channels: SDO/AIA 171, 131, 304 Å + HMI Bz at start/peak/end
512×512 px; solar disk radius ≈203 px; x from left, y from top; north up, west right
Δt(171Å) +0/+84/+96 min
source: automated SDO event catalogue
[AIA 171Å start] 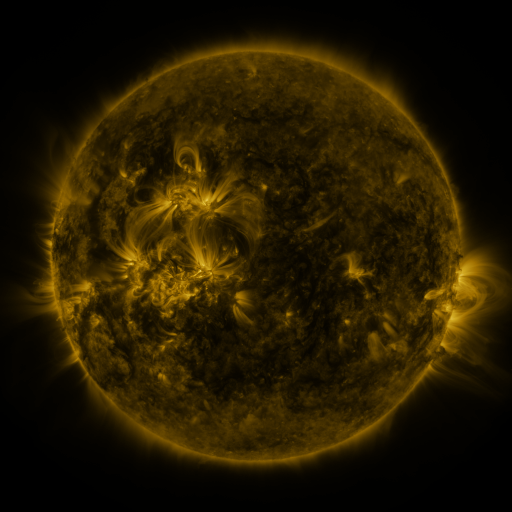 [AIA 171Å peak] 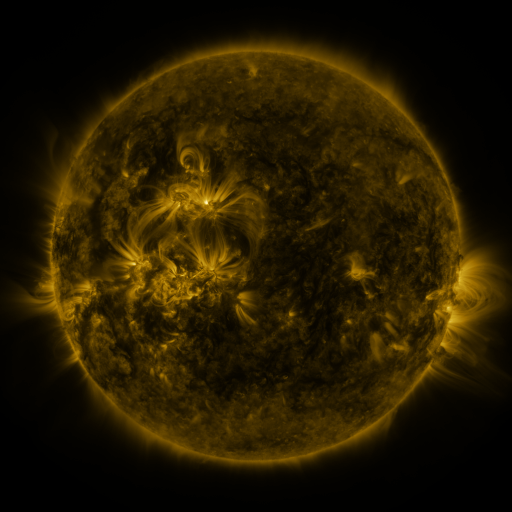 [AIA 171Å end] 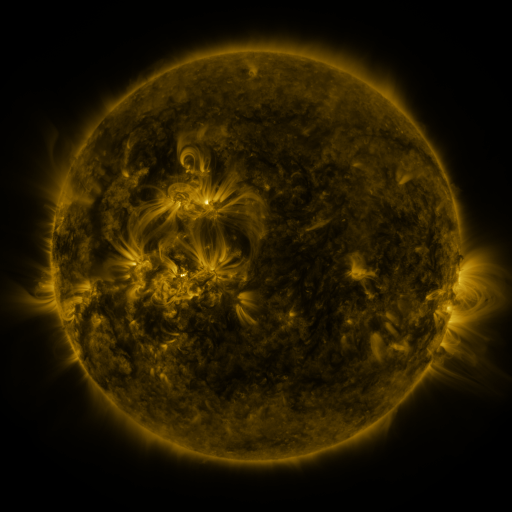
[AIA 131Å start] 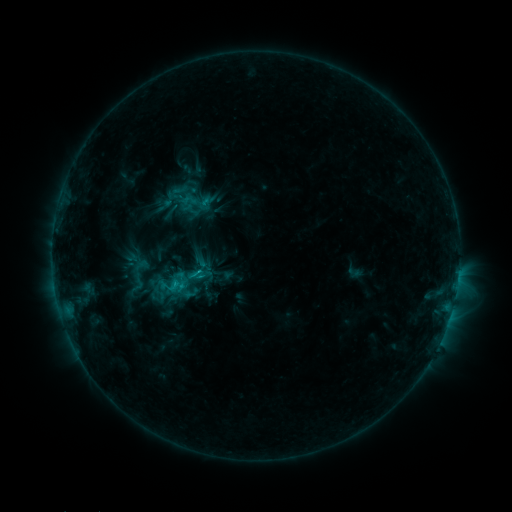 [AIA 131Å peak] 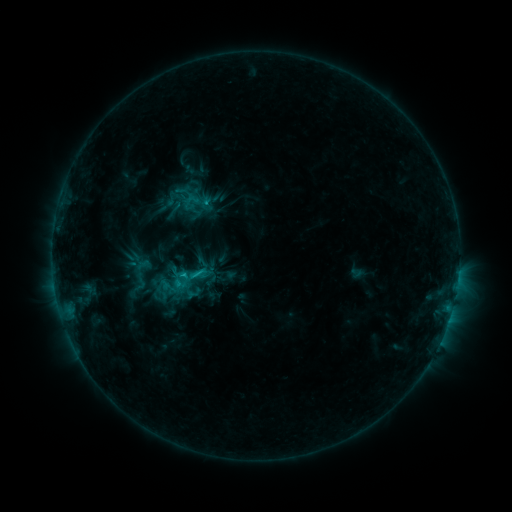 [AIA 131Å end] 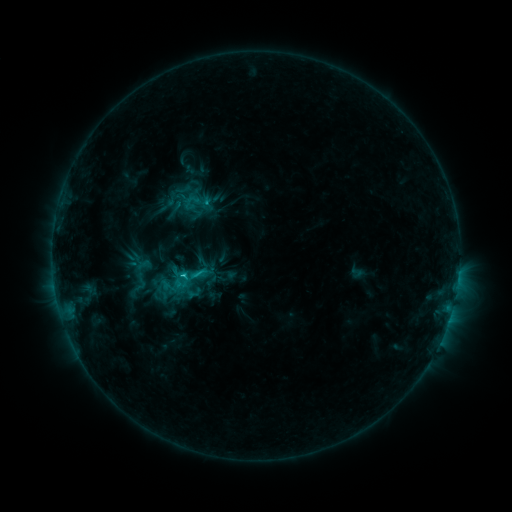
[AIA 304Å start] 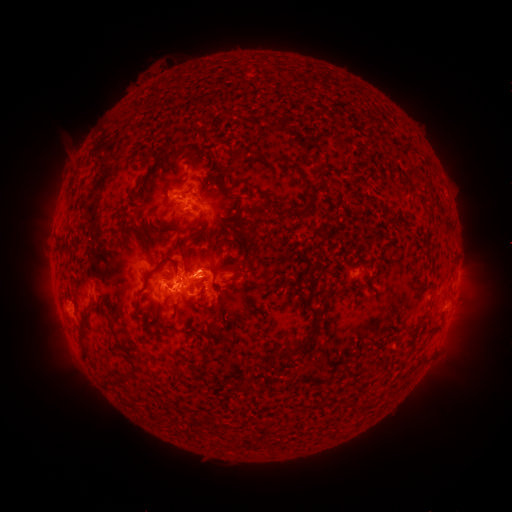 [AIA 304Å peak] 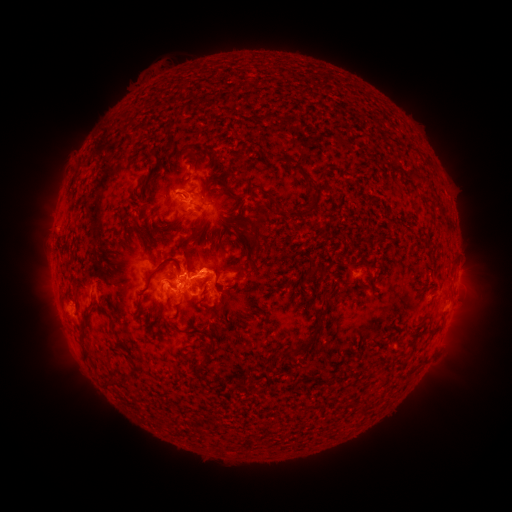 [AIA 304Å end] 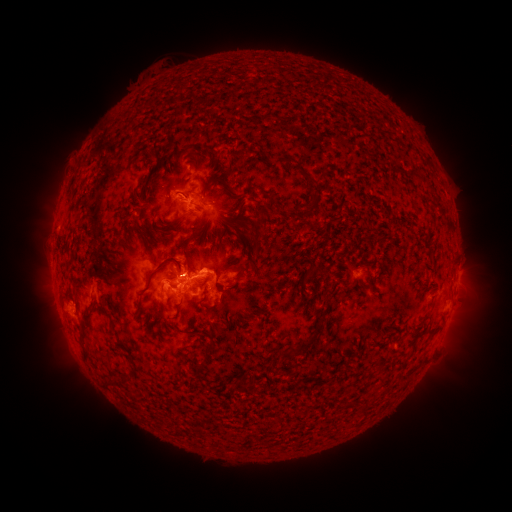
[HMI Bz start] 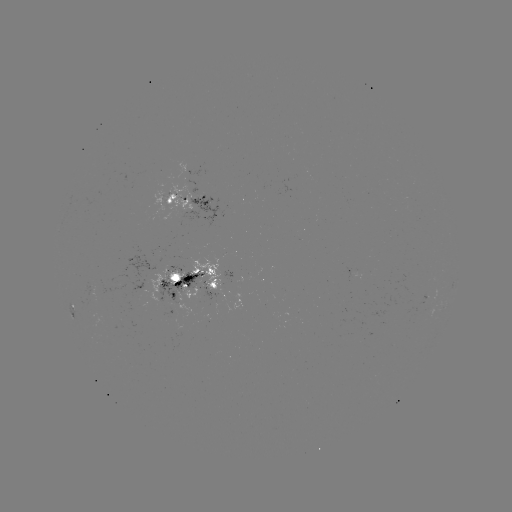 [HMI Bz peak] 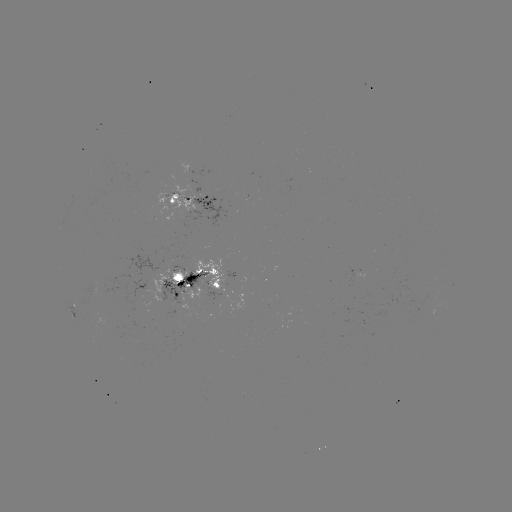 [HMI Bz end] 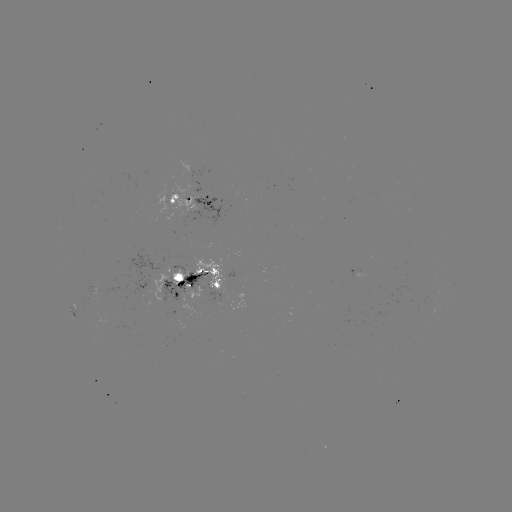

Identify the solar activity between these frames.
emerging-flux region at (212, 283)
